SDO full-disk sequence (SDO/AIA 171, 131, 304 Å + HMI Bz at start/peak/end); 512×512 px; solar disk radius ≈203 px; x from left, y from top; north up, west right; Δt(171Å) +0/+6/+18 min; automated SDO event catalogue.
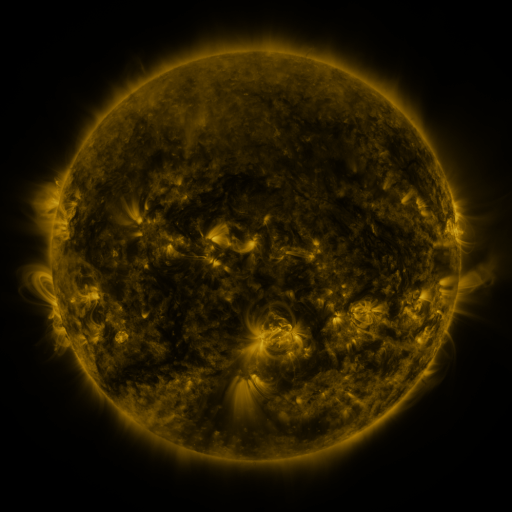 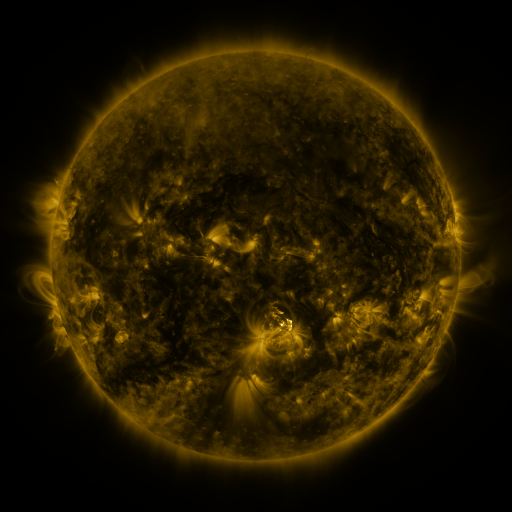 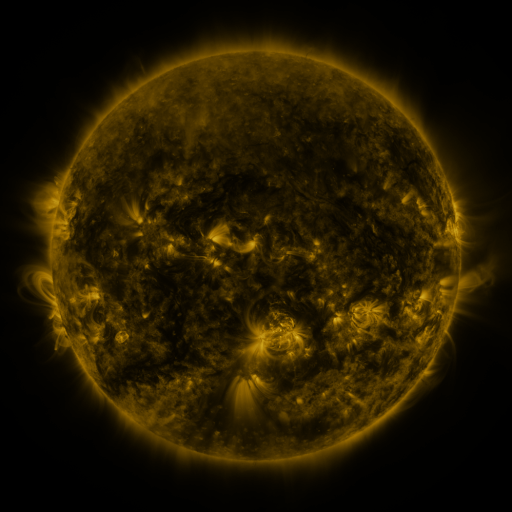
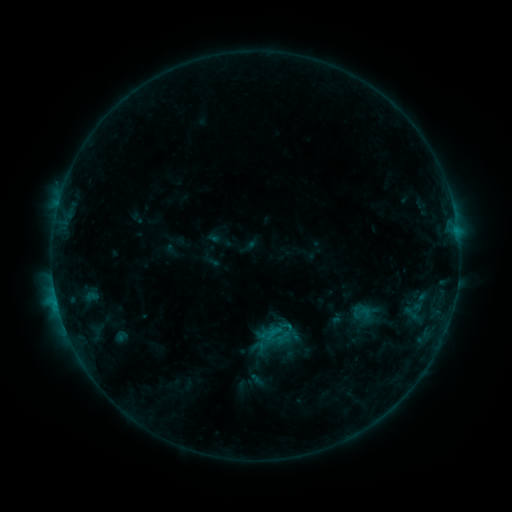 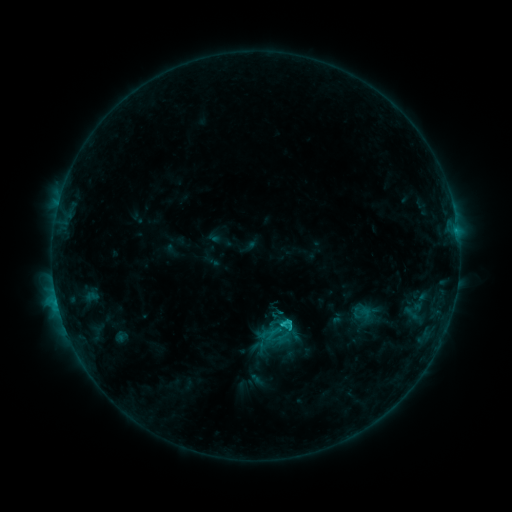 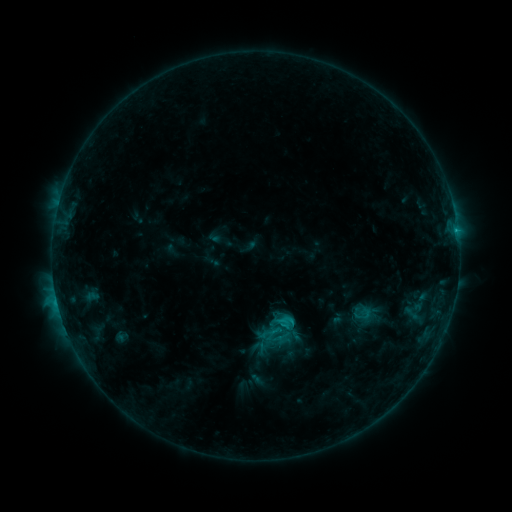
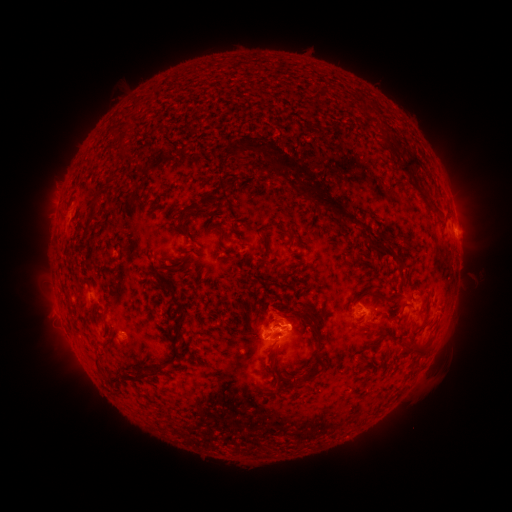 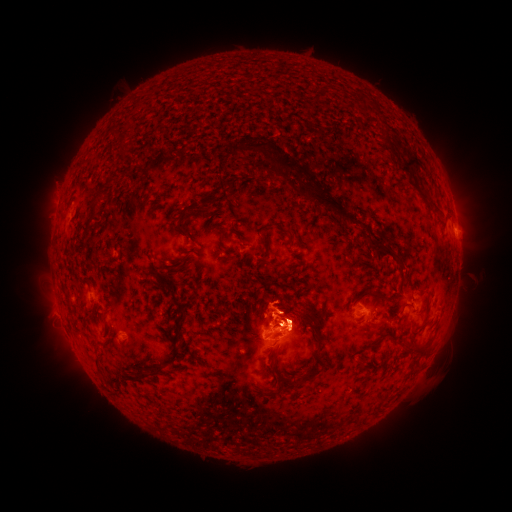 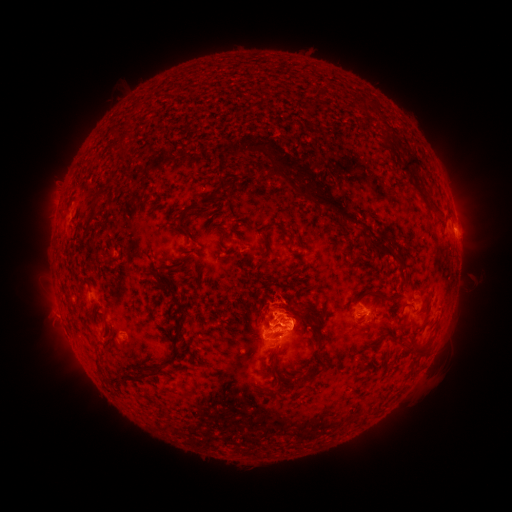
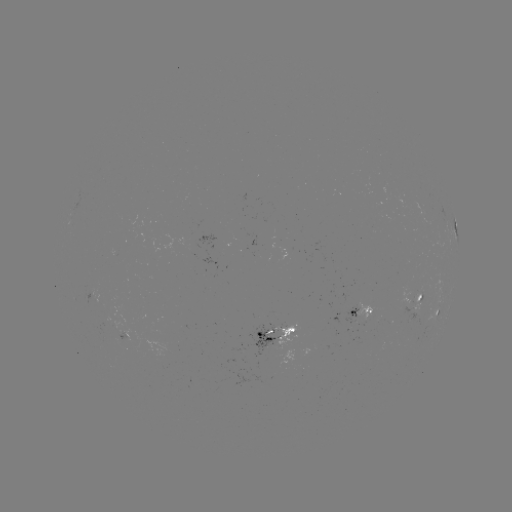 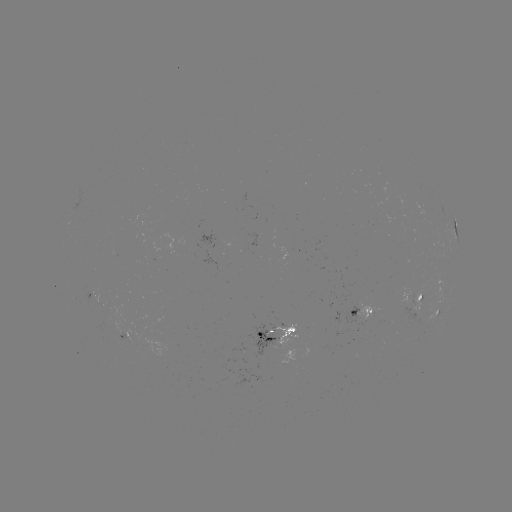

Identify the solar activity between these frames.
C3.7 flare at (283, 322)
